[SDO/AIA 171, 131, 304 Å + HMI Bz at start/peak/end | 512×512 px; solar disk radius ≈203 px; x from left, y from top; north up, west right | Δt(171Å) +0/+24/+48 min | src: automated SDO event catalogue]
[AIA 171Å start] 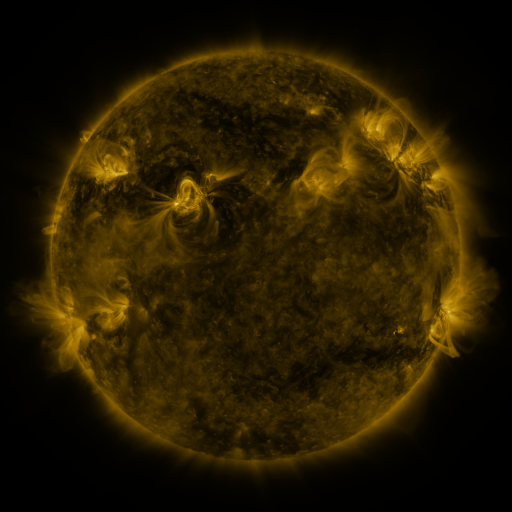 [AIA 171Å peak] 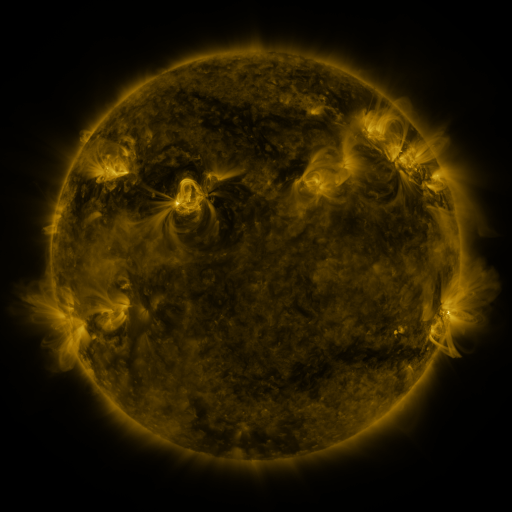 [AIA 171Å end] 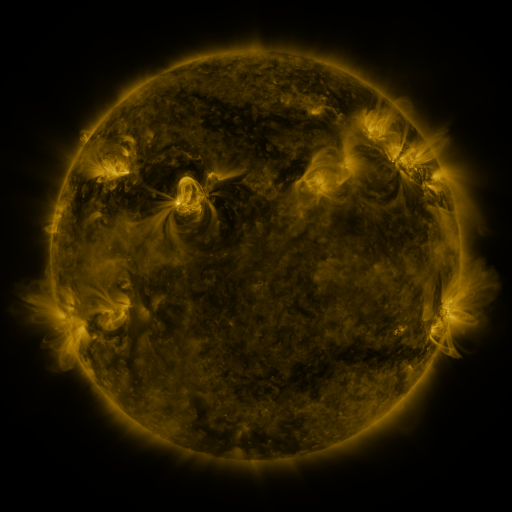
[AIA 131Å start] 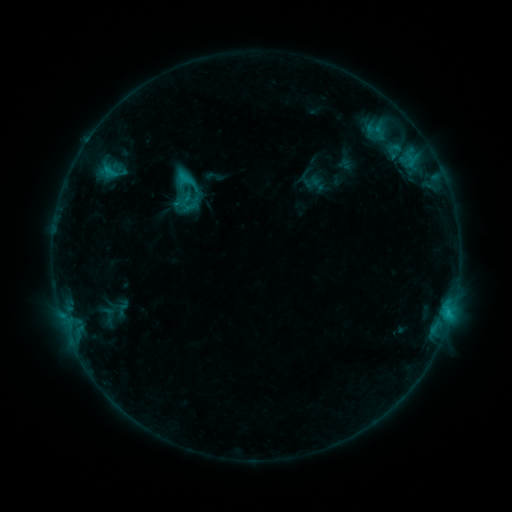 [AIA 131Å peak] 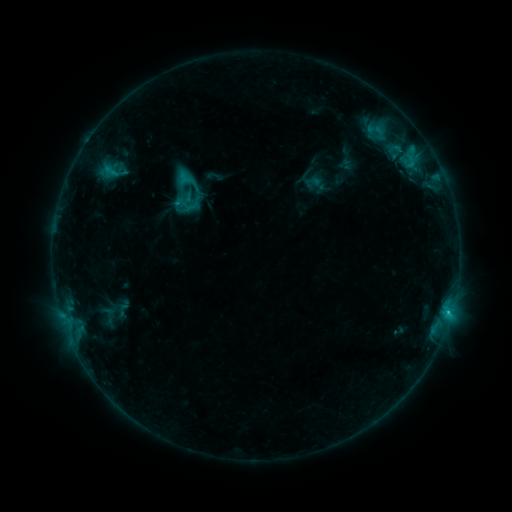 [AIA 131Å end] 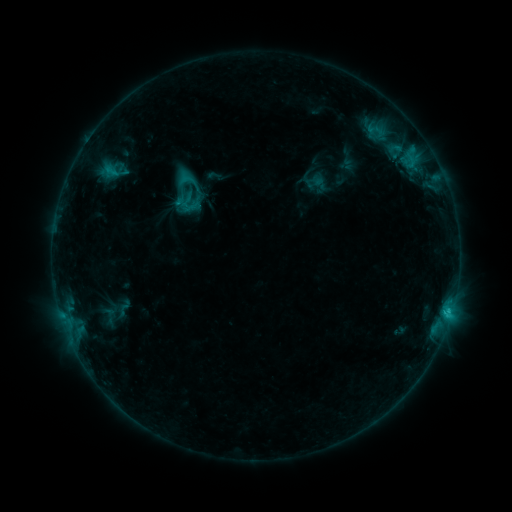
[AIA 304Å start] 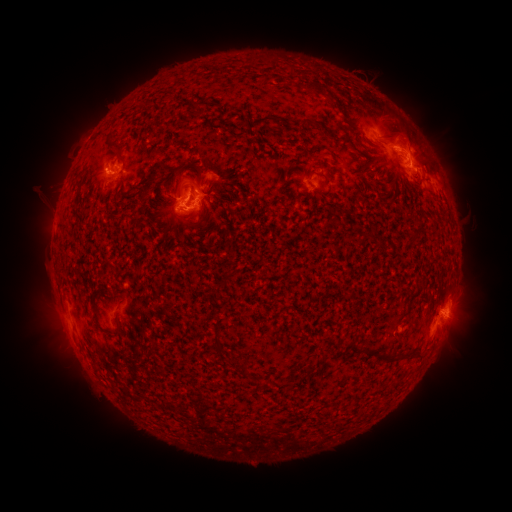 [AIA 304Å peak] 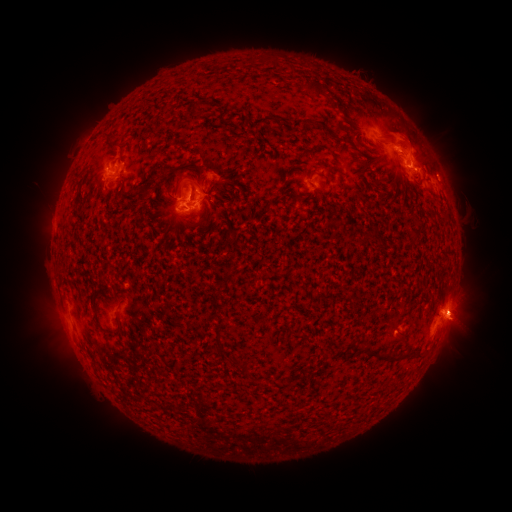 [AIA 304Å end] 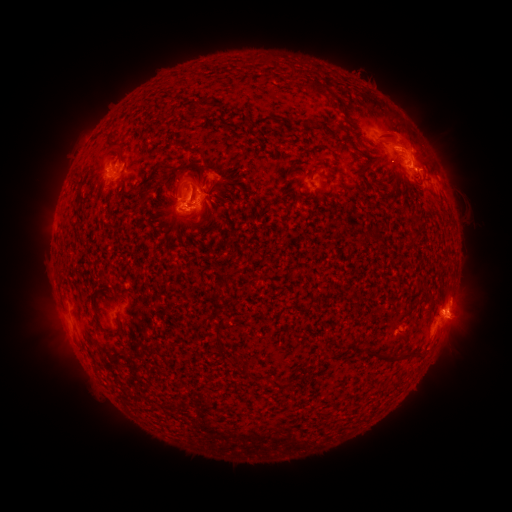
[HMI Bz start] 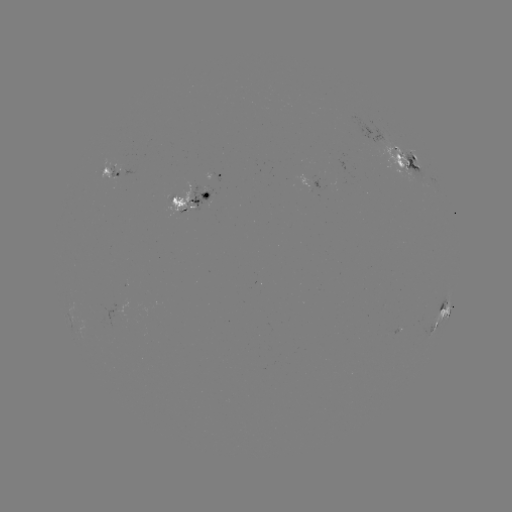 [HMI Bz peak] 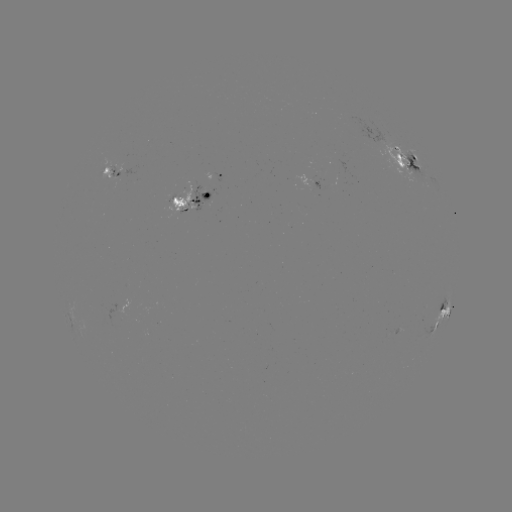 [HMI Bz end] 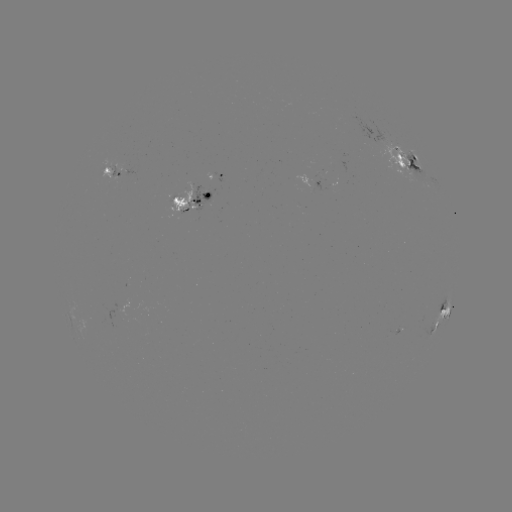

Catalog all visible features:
emerging-flux region: (112, 169)
